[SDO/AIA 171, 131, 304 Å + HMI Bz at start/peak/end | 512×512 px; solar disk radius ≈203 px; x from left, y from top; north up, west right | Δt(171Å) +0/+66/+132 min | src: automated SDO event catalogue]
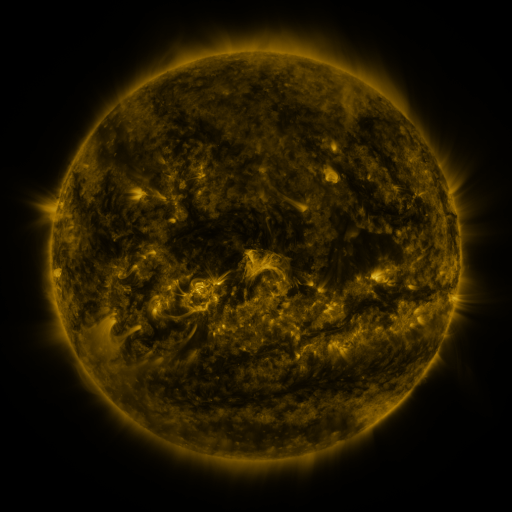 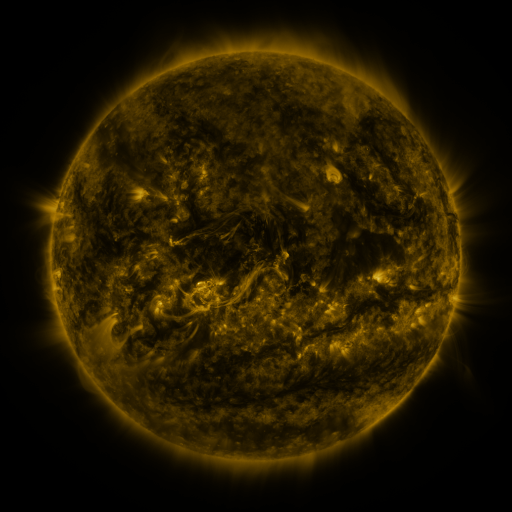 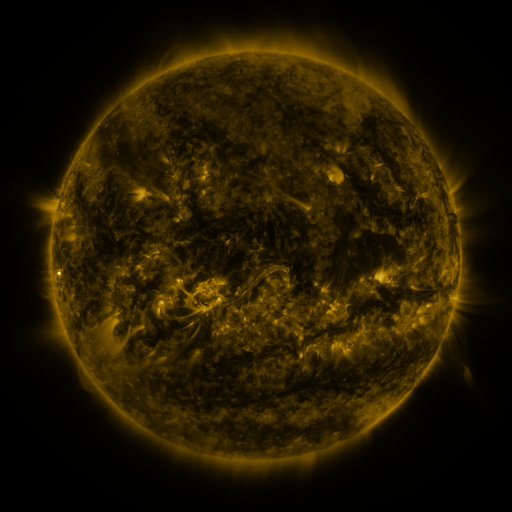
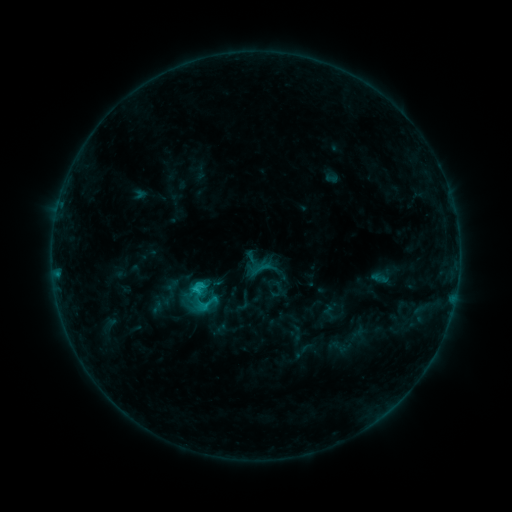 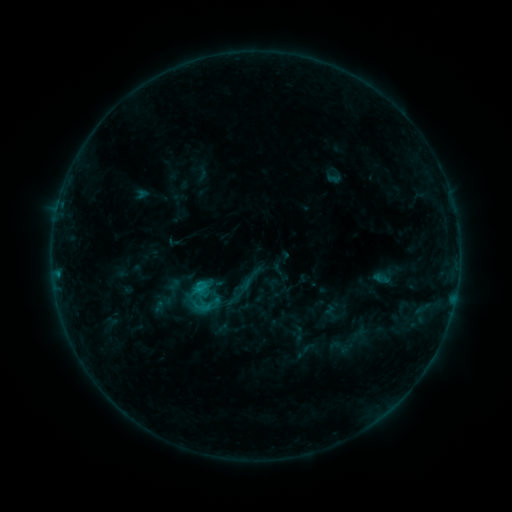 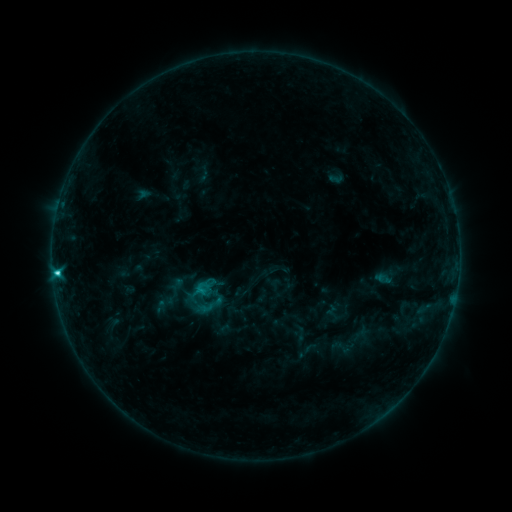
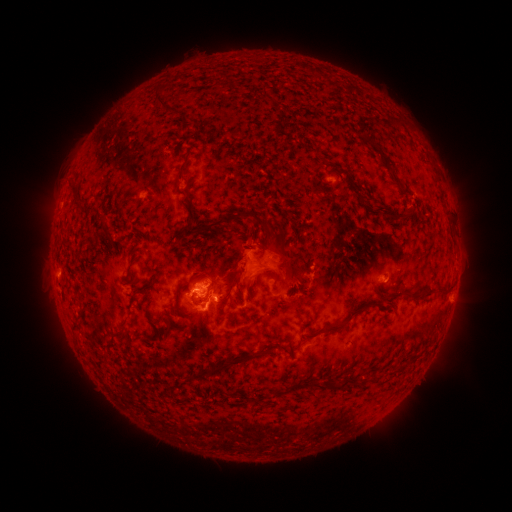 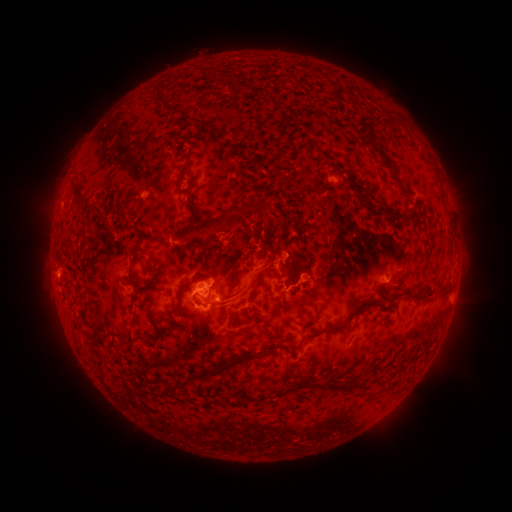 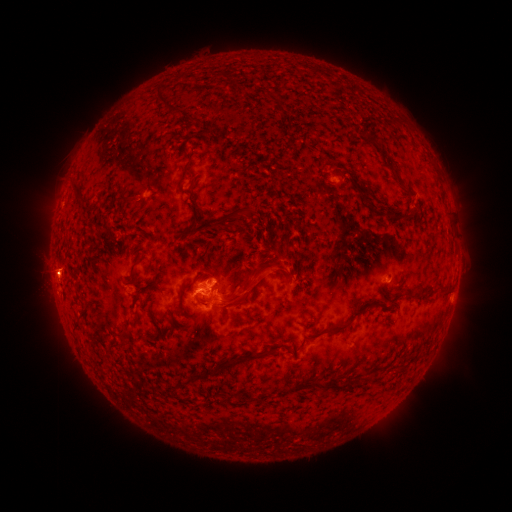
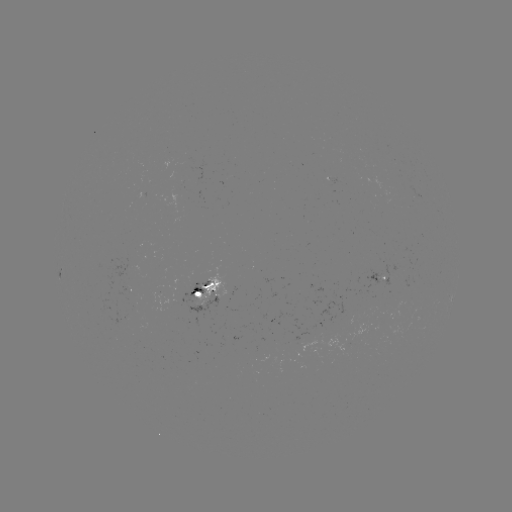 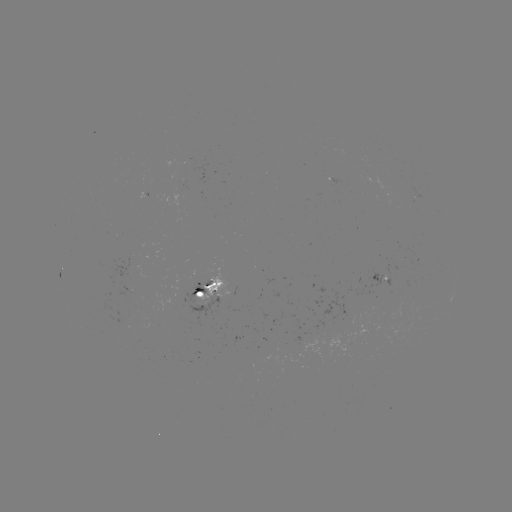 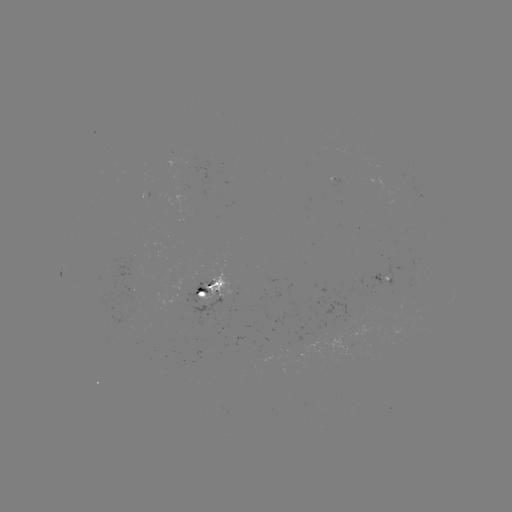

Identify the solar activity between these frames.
eruption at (274, 266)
